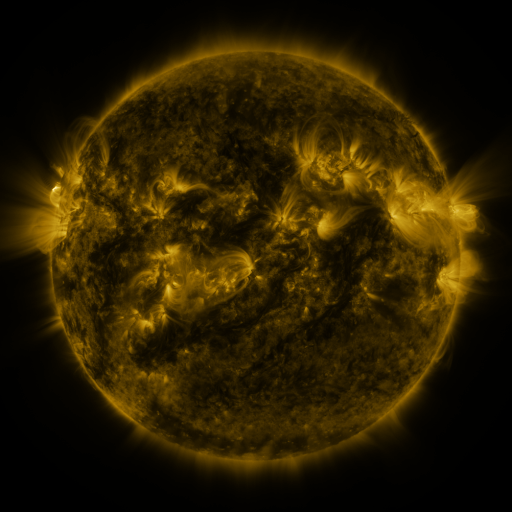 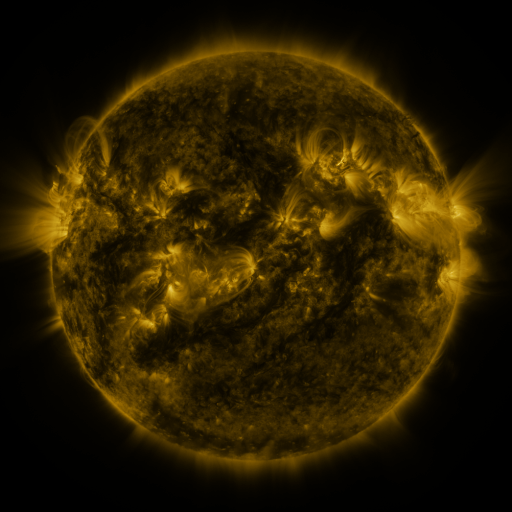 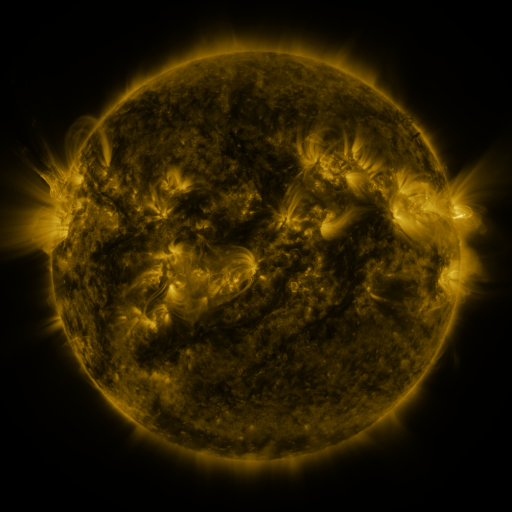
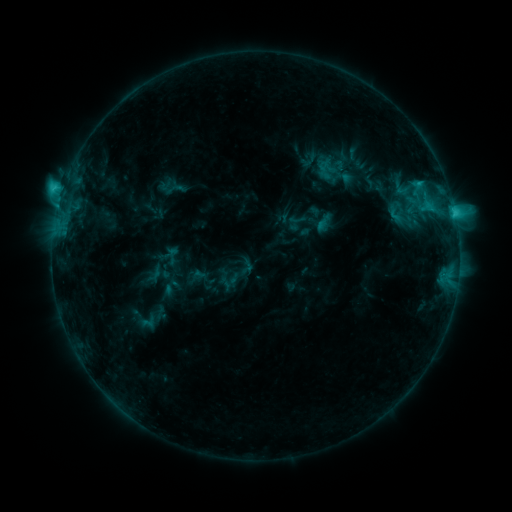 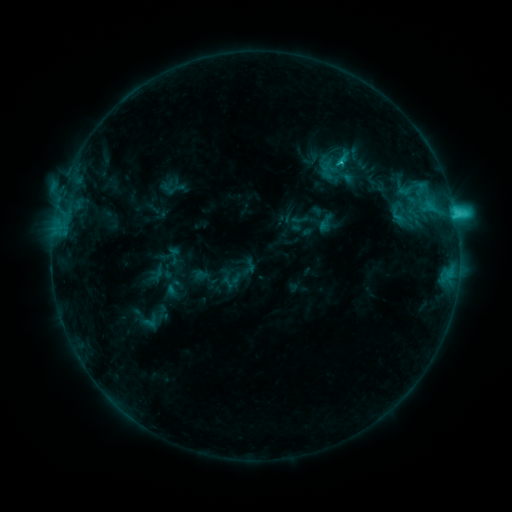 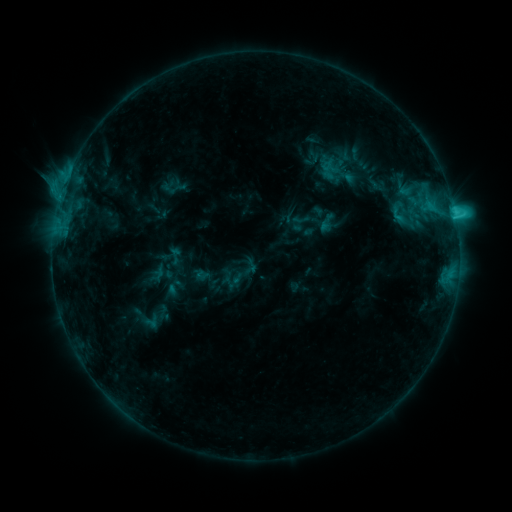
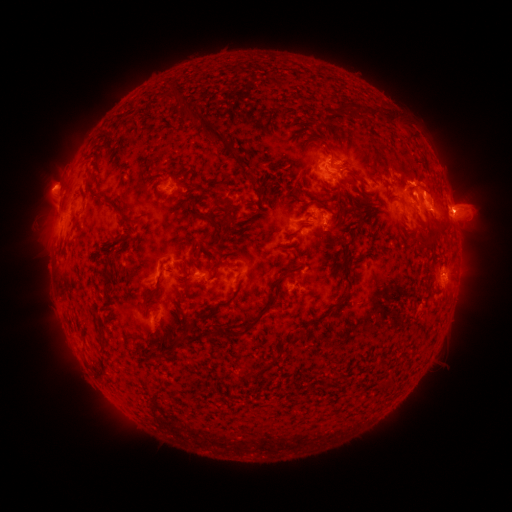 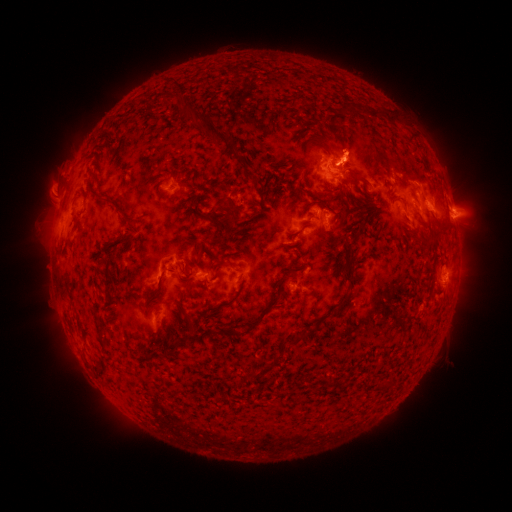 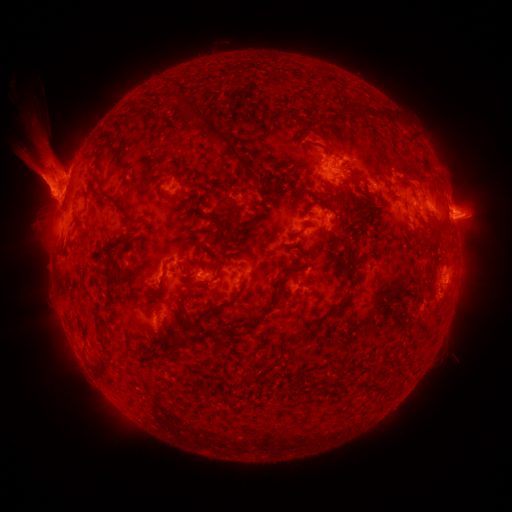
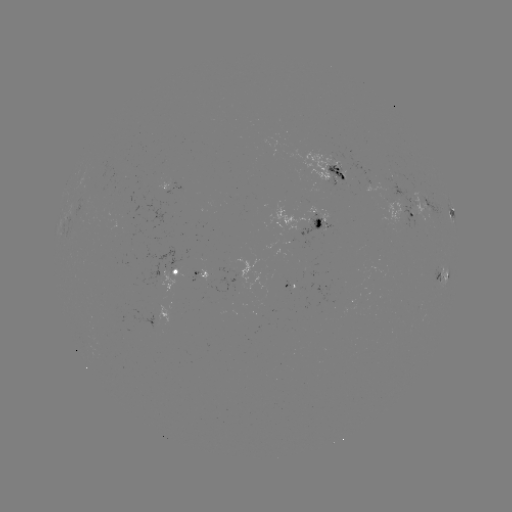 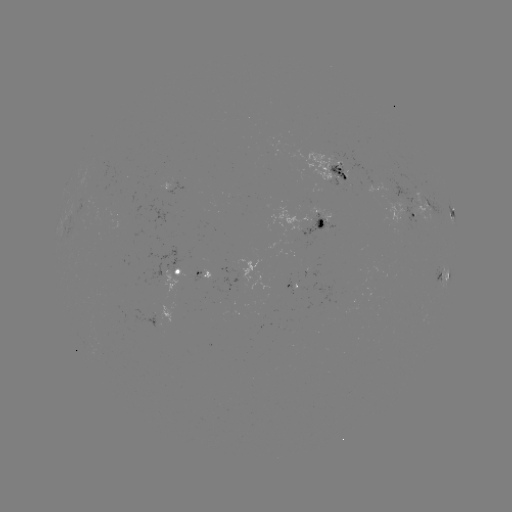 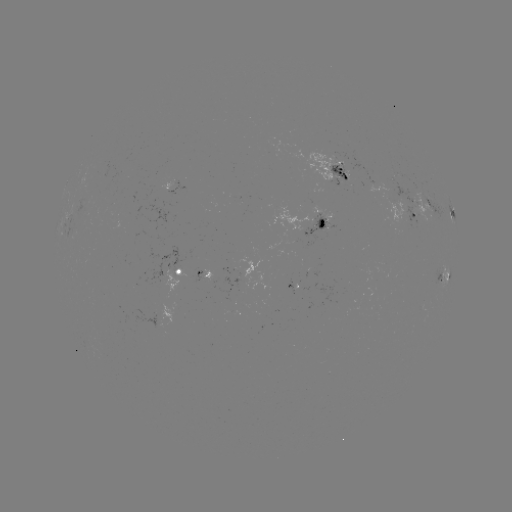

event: emerging-flux region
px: (326, 158)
